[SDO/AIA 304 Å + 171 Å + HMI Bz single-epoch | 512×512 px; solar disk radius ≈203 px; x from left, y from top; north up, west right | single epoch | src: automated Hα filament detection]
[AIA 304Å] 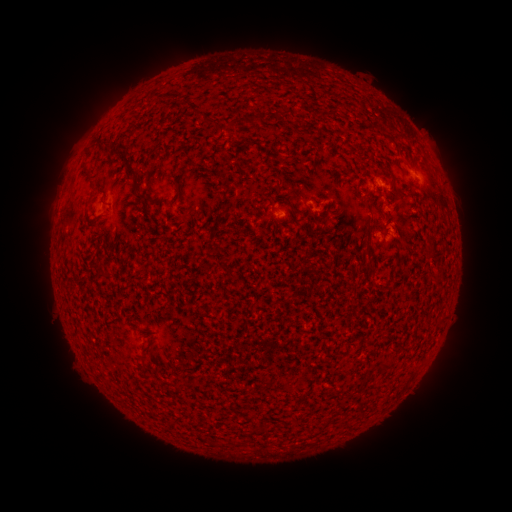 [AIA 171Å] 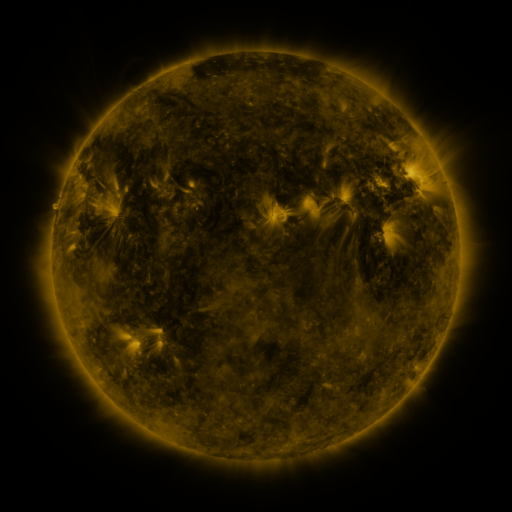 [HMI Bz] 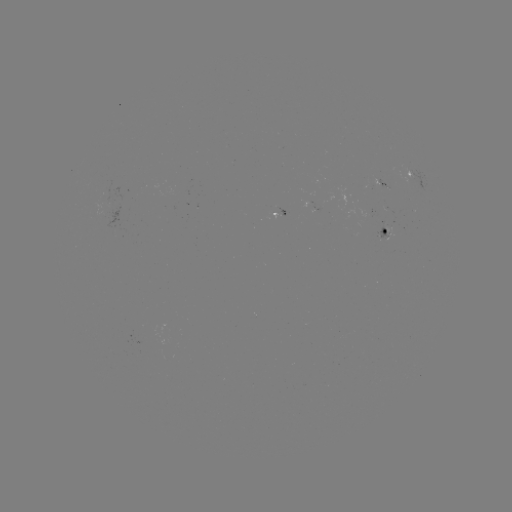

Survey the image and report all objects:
filament: (247, 114, 257, 124)
filament: (201, 115, 236, 133)
filament: (96, 137, 109, 147)
filament: (118, 149, 148, 213)
filament: (382, 168, 395, 181)
filament: (362, 198, 372, 212)
filament: (364, 224, 371, 236)
filament: (389, 236, 397, 245)
filament: (363, 243, 376, 271)
filament: (379, 360, 390, 372)
